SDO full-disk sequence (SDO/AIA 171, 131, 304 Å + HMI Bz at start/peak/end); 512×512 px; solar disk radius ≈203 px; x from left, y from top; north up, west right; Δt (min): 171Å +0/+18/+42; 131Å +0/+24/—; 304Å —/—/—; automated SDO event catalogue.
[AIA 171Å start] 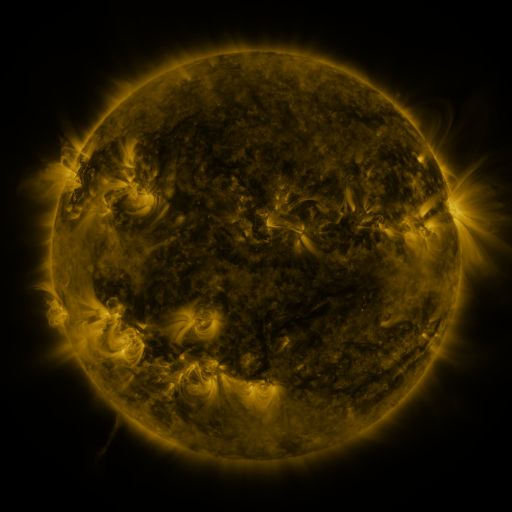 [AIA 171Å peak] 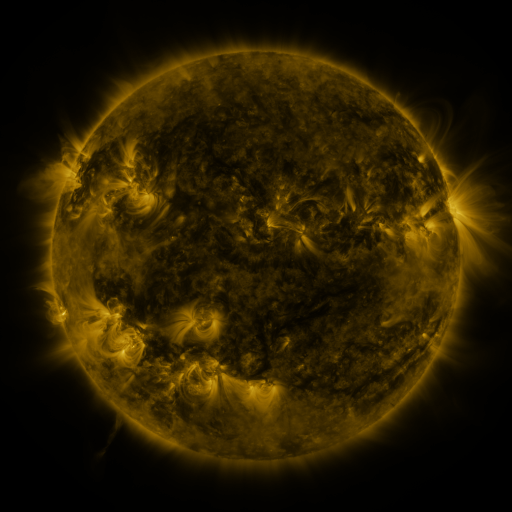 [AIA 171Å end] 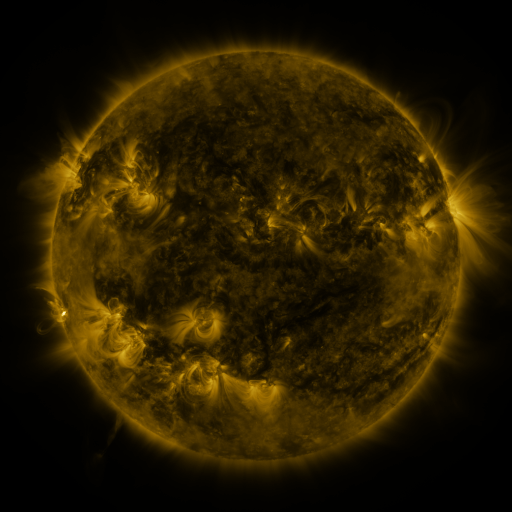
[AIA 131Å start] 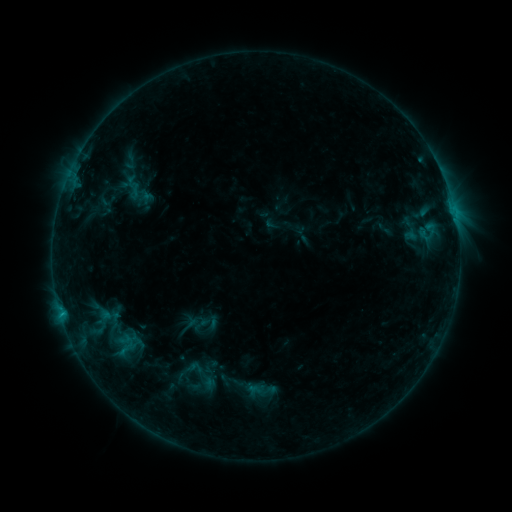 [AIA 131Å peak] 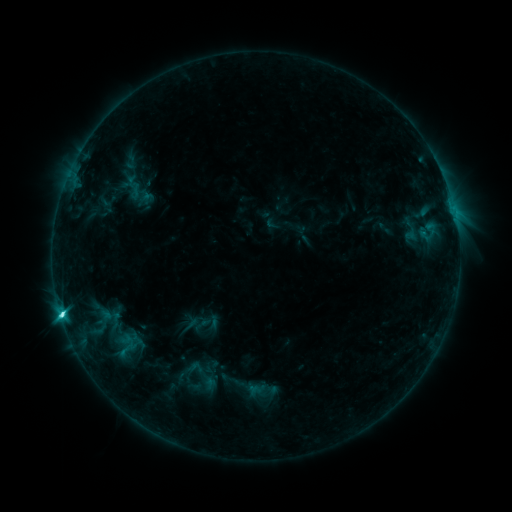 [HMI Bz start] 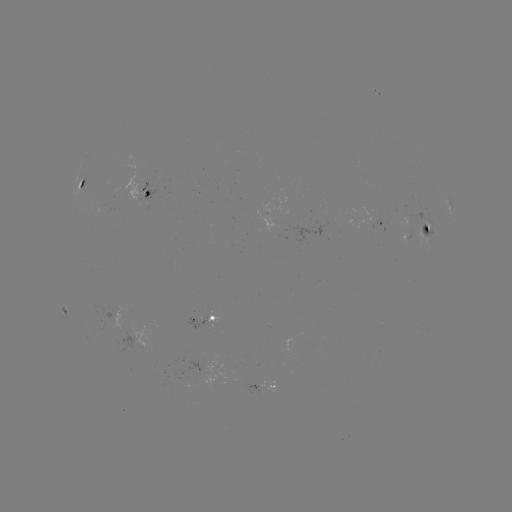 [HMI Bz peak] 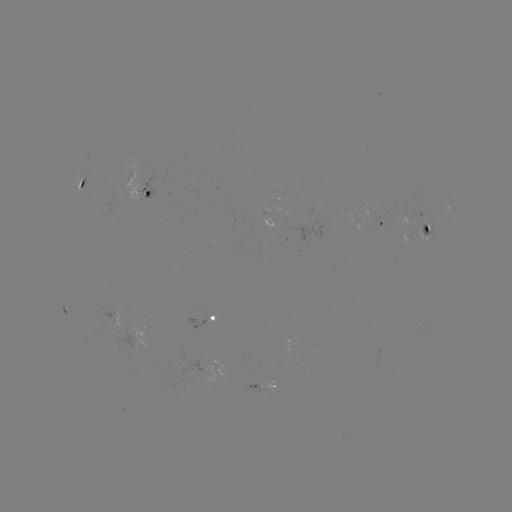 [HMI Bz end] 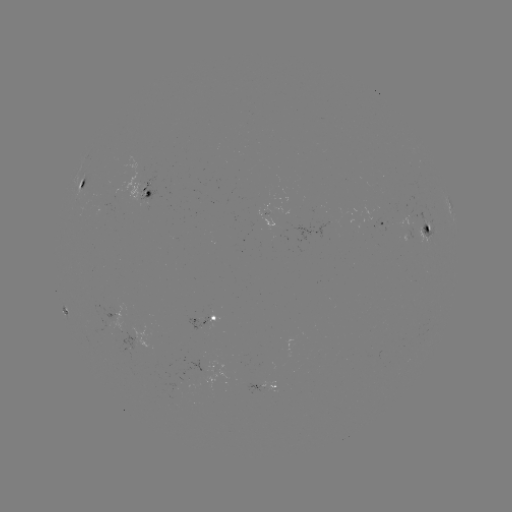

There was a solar flare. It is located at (62, 311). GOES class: C6.1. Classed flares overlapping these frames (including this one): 1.